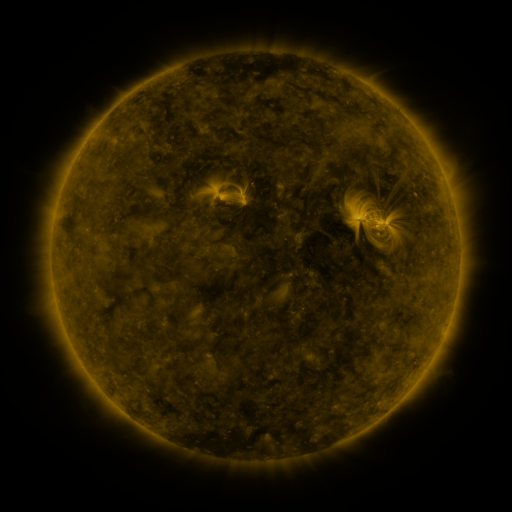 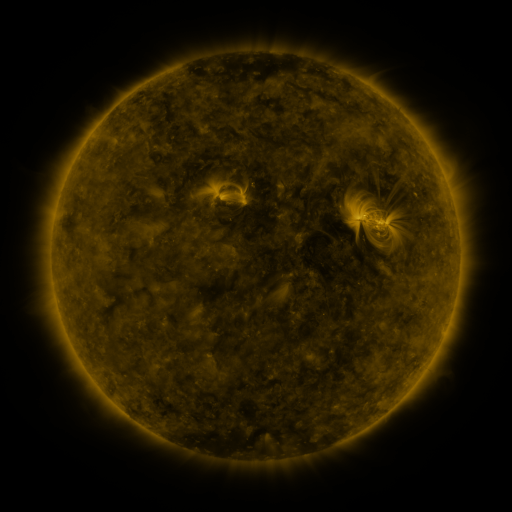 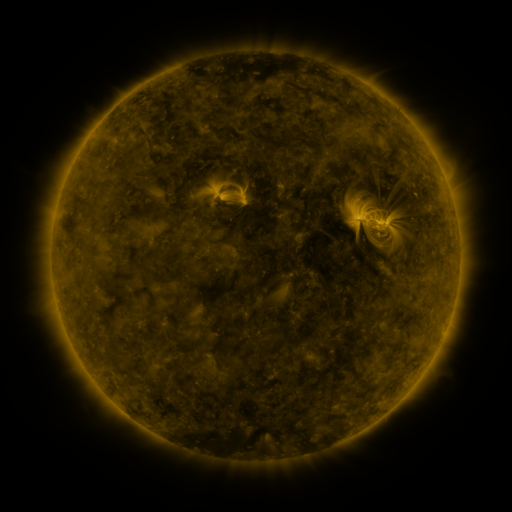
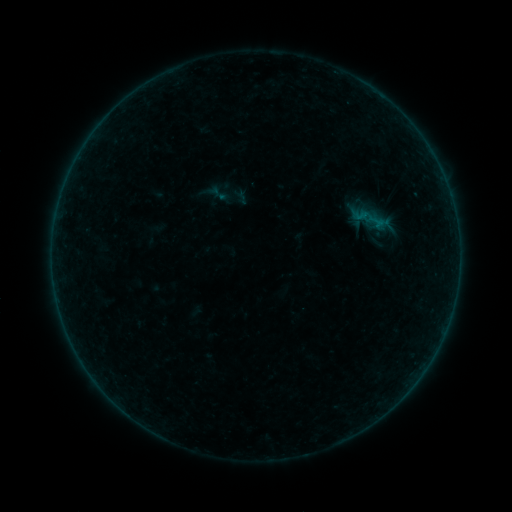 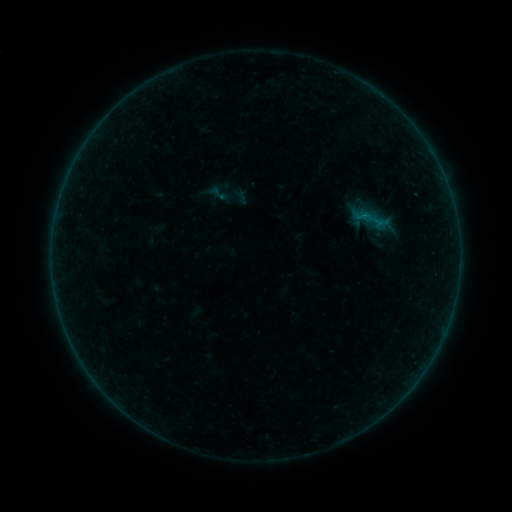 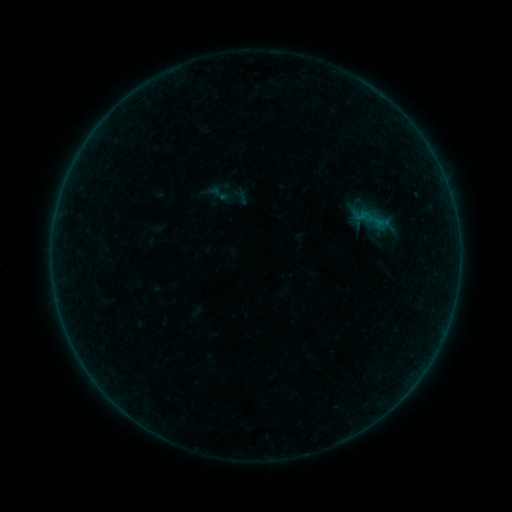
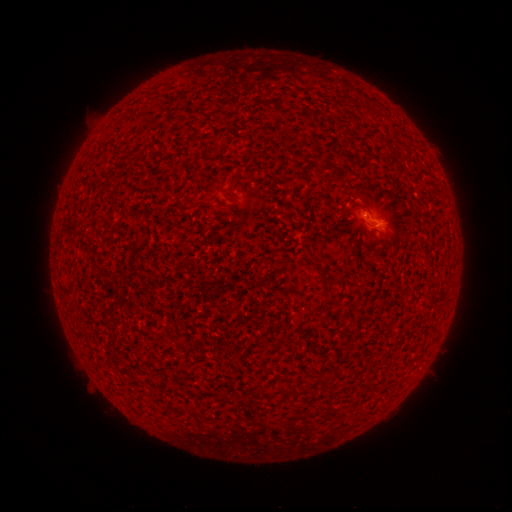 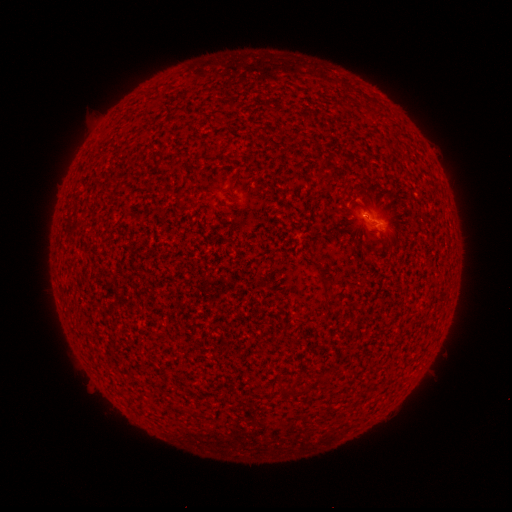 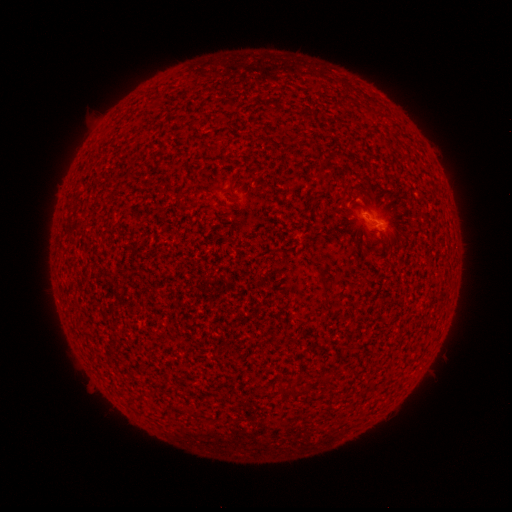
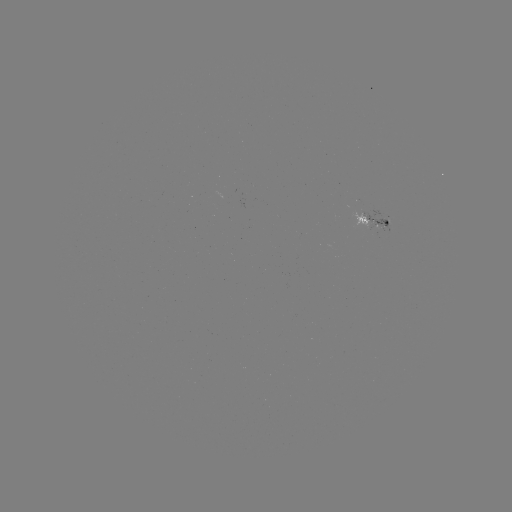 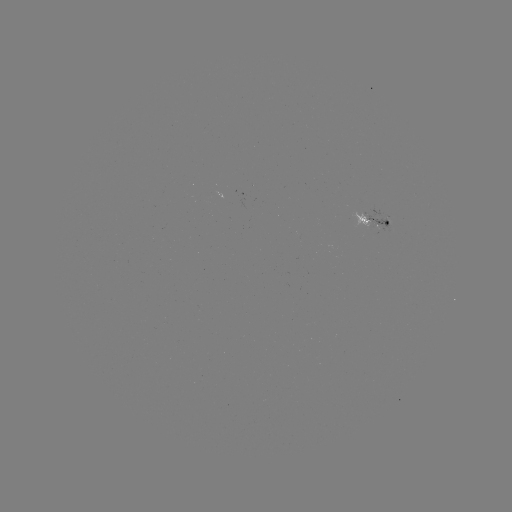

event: flare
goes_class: A6.6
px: (363, 217)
